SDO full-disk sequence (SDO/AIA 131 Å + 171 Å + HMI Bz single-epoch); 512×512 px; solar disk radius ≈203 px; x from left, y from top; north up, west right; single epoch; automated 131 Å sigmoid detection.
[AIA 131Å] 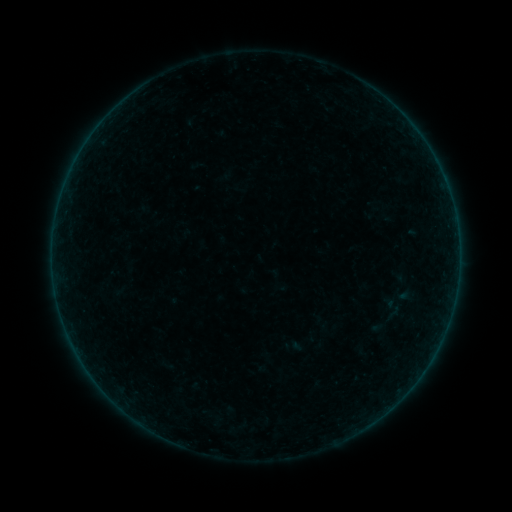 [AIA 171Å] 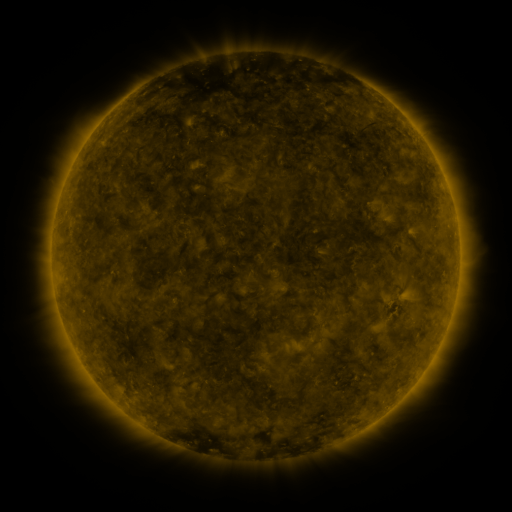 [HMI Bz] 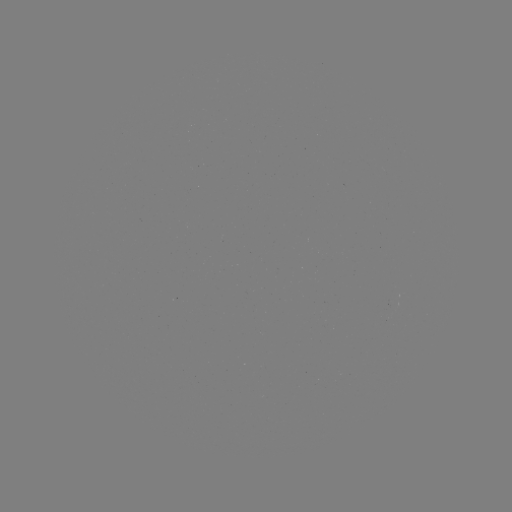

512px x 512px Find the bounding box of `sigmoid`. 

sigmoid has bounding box [383, 298, 402, 318].